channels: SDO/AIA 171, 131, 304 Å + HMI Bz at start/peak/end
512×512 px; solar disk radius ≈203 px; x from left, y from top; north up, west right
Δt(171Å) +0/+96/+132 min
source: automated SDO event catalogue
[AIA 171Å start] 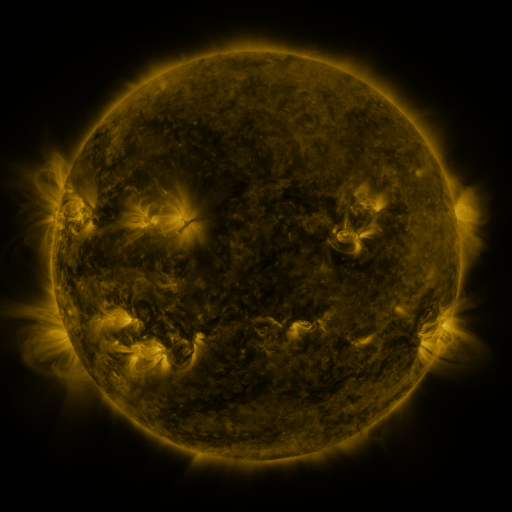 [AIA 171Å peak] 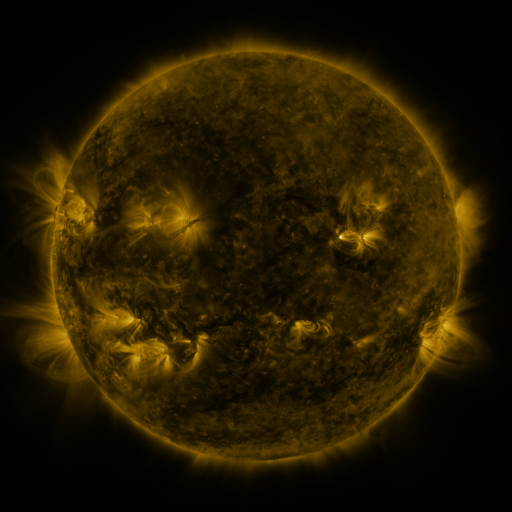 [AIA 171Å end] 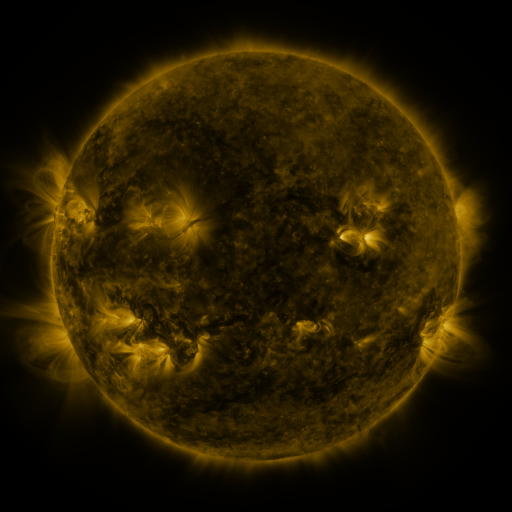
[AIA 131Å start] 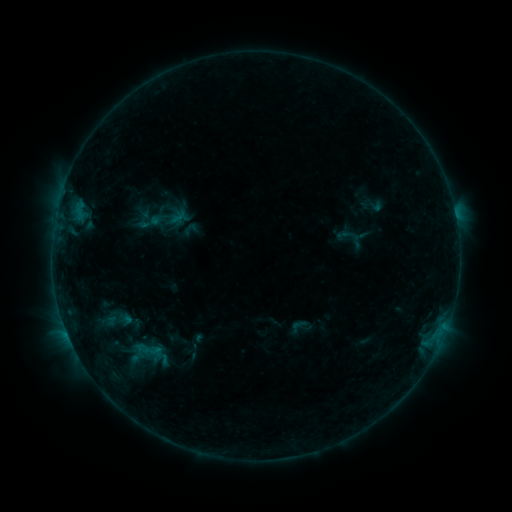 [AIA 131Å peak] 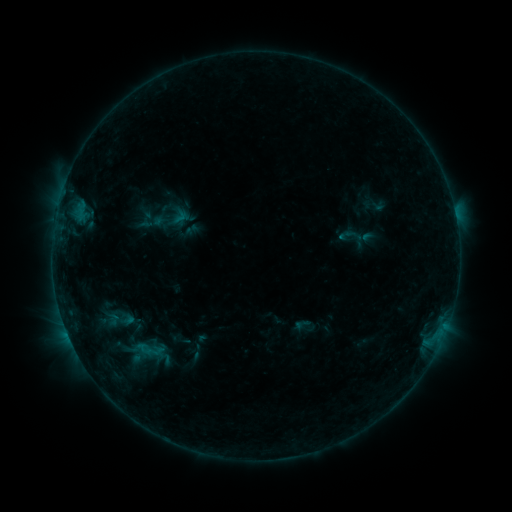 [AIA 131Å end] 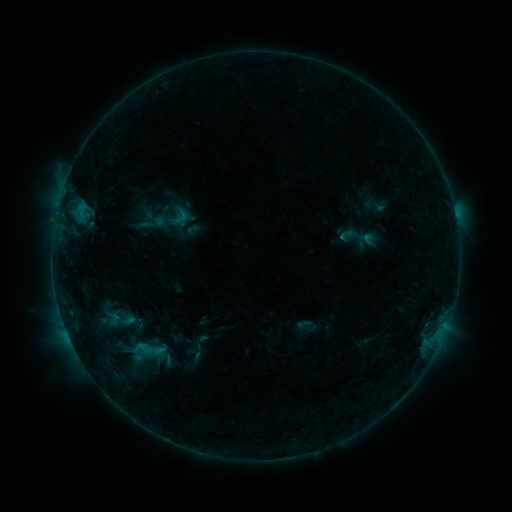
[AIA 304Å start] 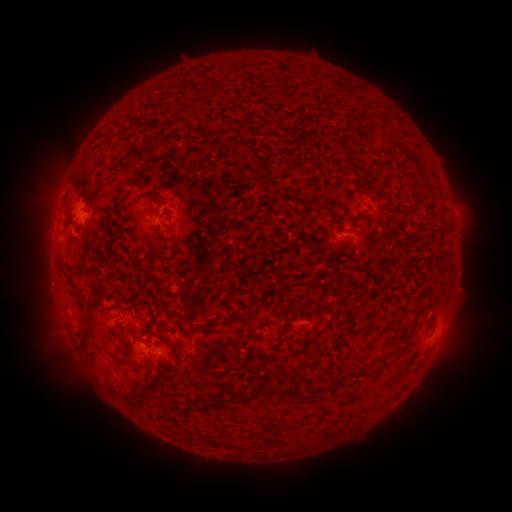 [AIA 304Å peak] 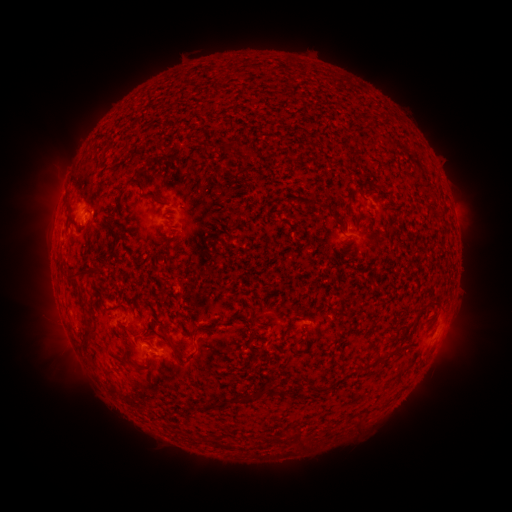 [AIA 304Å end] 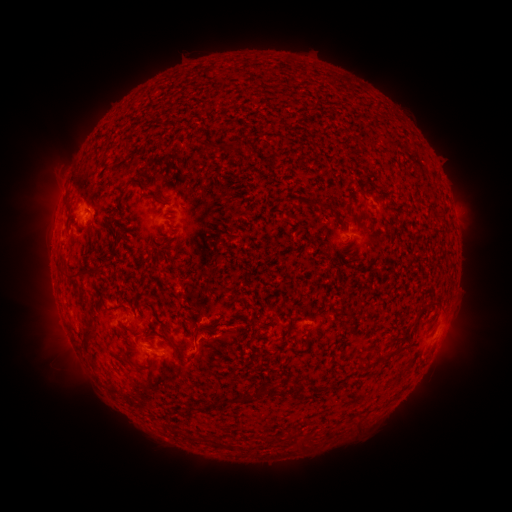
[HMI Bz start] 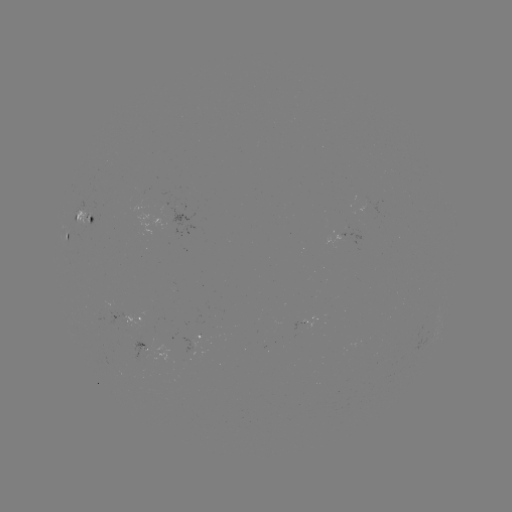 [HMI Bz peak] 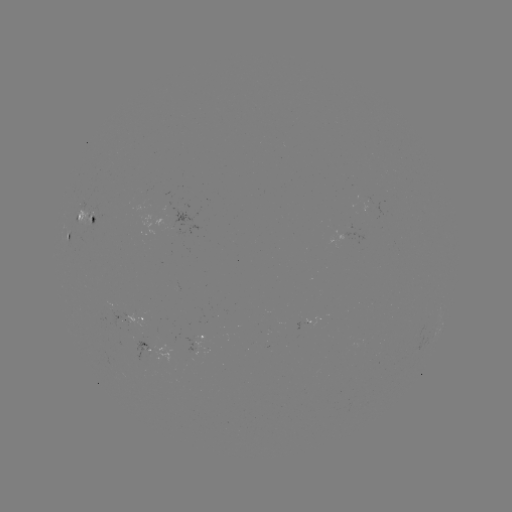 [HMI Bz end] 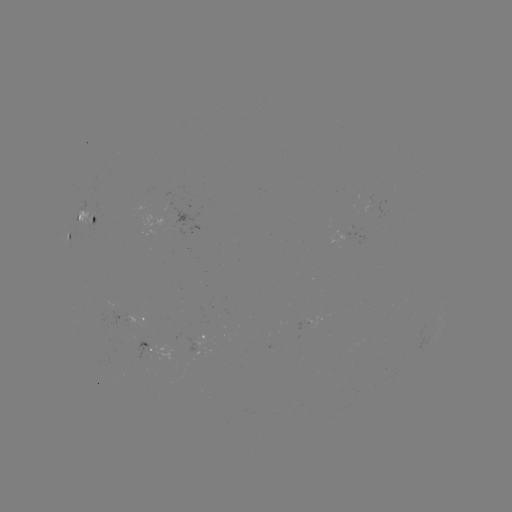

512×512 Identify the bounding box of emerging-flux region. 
[305, 315, 321, 328].